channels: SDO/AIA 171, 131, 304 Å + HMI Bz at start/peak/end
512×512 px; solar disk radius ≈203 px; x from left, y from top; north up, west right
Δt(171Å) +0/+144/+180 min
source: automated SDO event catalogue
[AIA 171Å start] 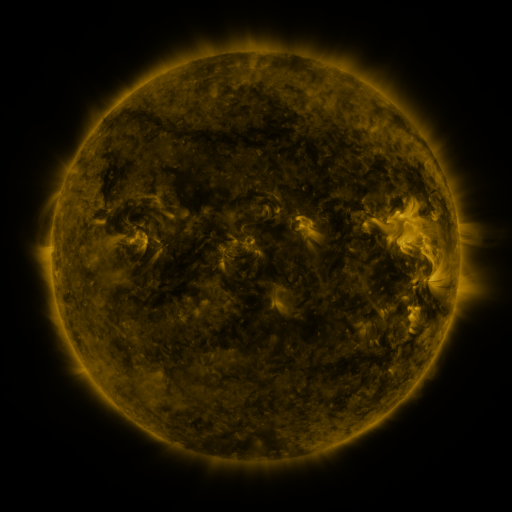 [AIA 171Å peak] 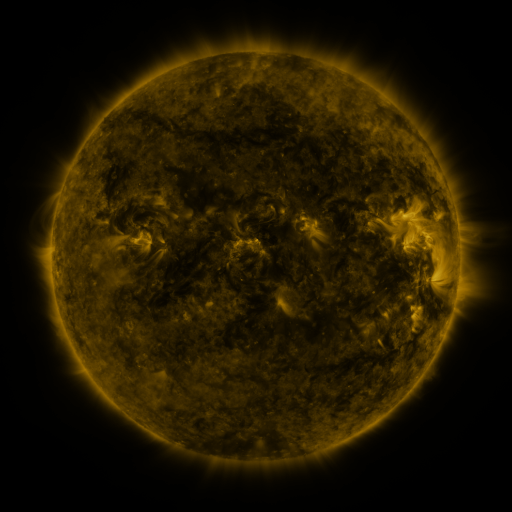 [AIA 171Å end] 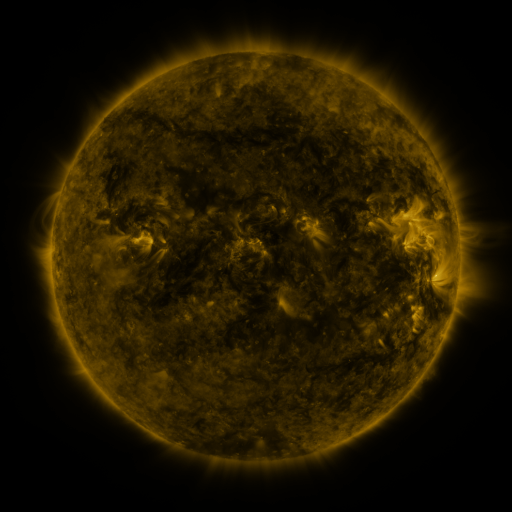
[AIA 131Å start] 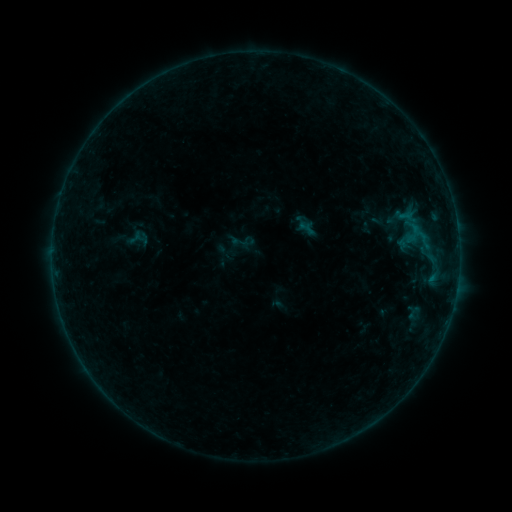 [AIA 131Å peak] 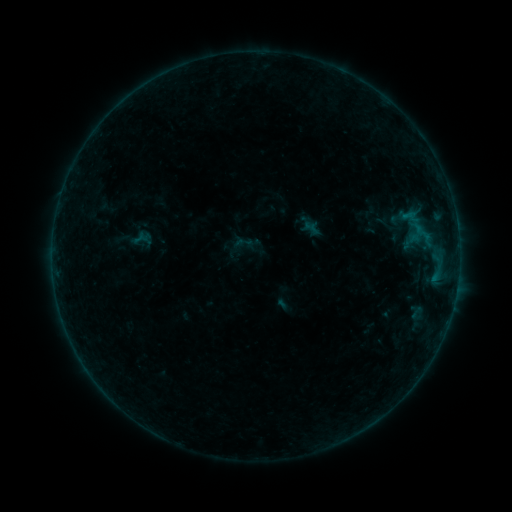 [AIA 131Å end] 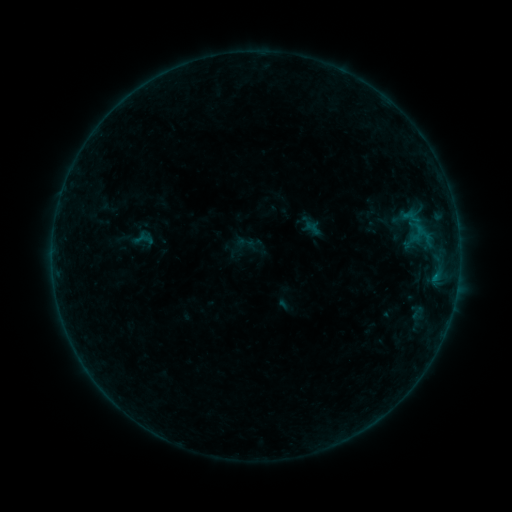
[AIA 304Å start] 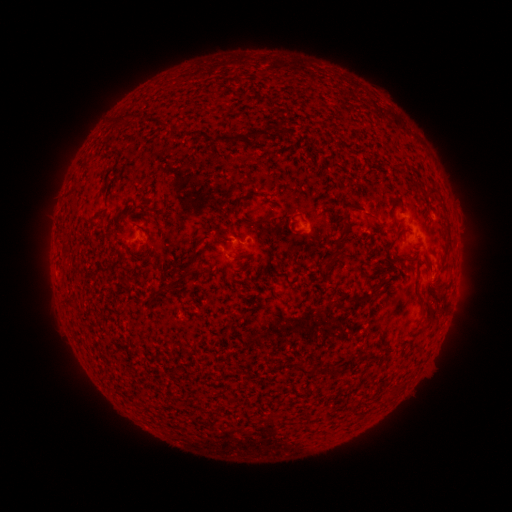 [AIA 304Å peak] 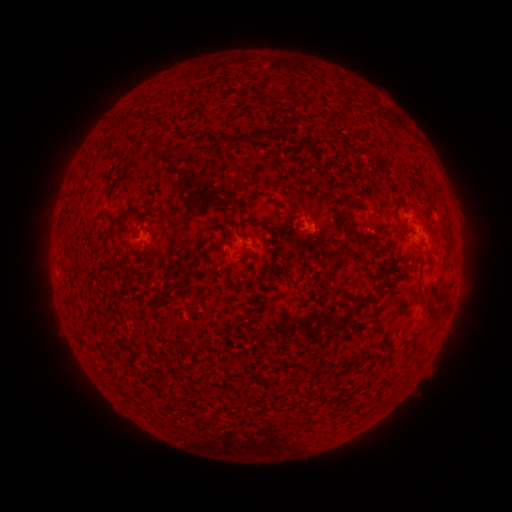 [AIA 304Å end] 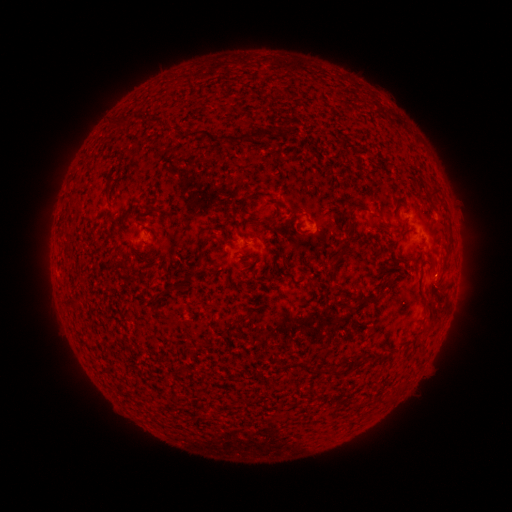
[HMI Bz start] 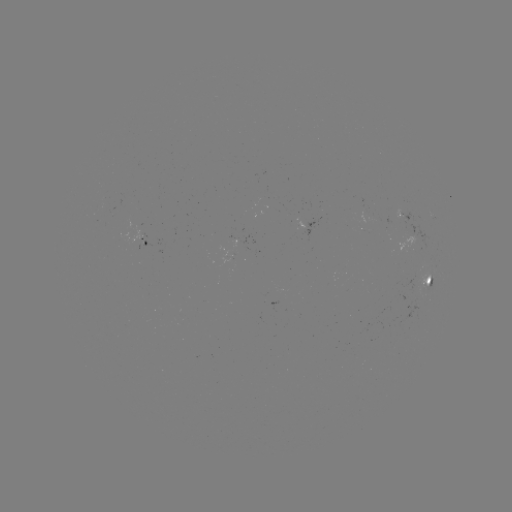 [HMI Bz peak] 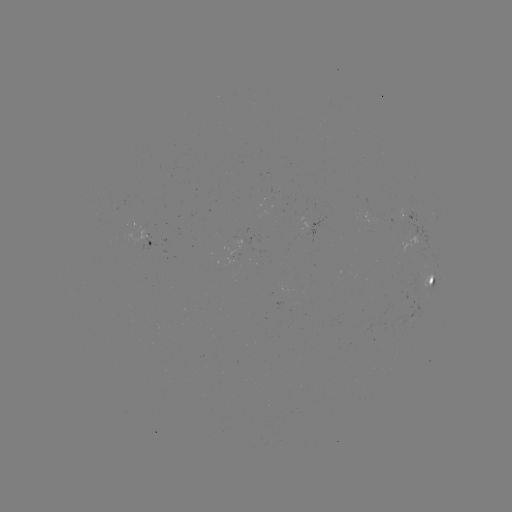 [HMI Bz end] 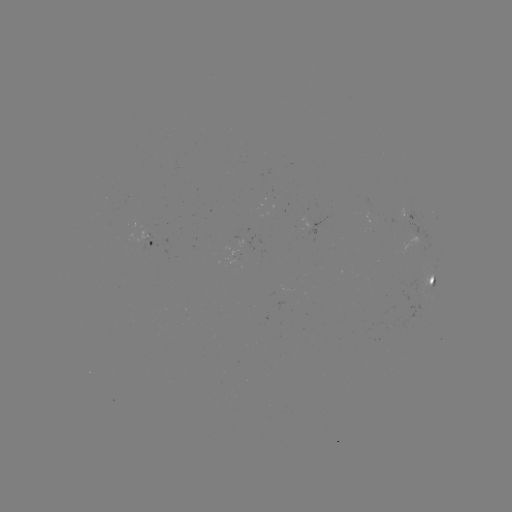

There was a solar emerging-flux region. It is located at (148, 243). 